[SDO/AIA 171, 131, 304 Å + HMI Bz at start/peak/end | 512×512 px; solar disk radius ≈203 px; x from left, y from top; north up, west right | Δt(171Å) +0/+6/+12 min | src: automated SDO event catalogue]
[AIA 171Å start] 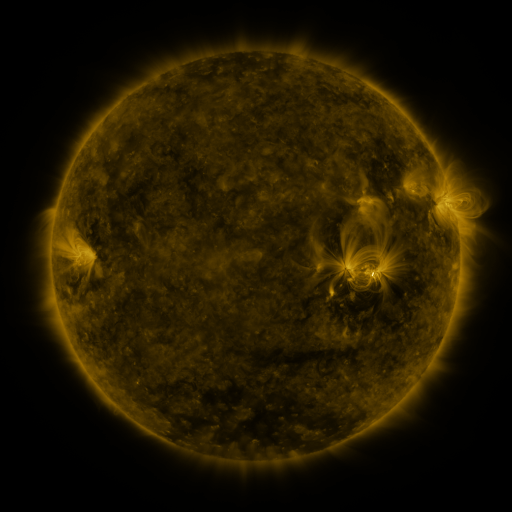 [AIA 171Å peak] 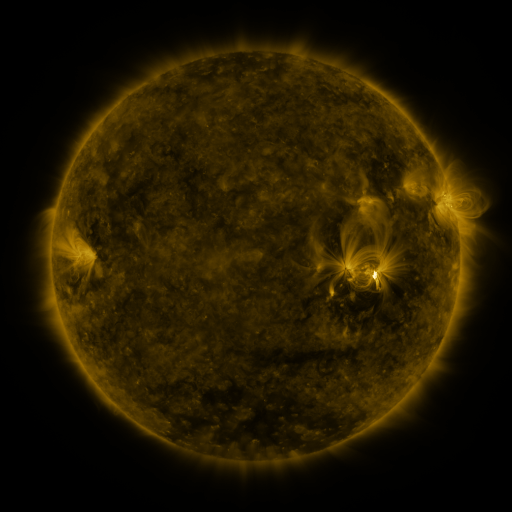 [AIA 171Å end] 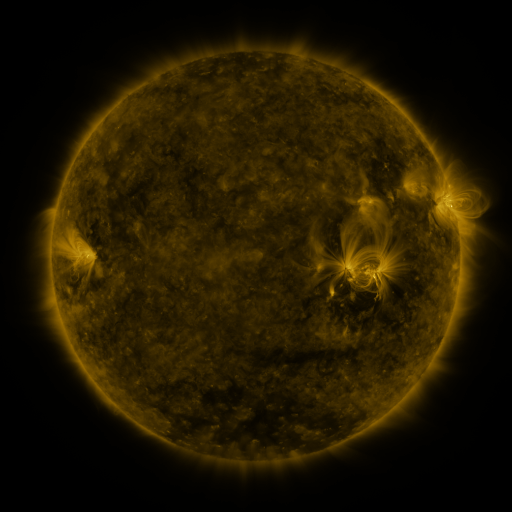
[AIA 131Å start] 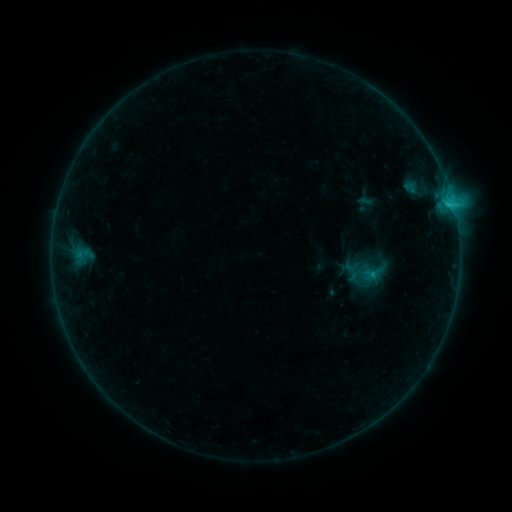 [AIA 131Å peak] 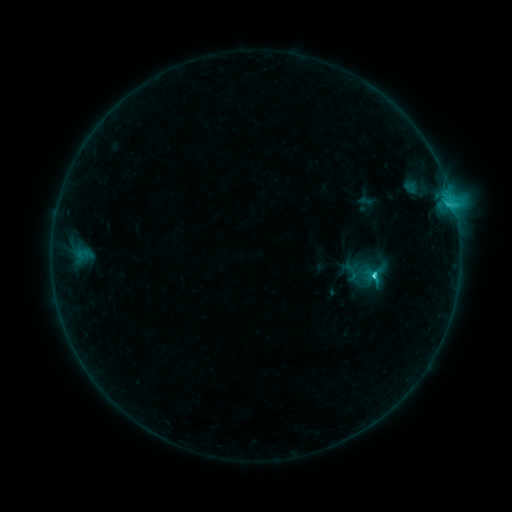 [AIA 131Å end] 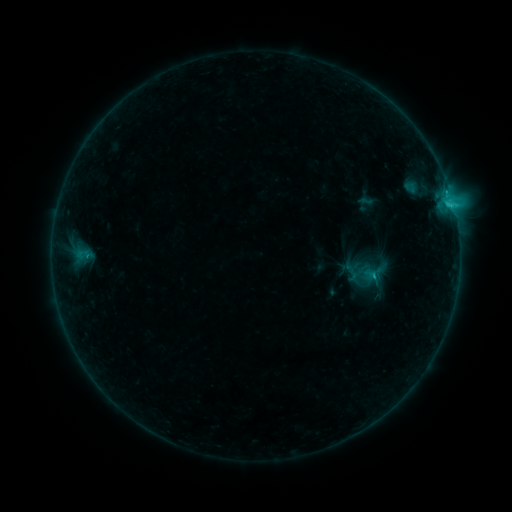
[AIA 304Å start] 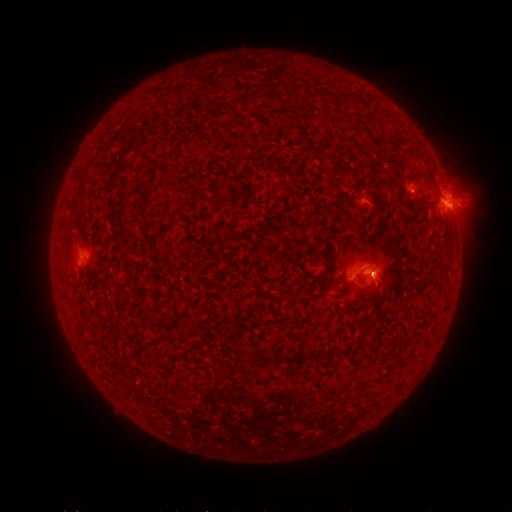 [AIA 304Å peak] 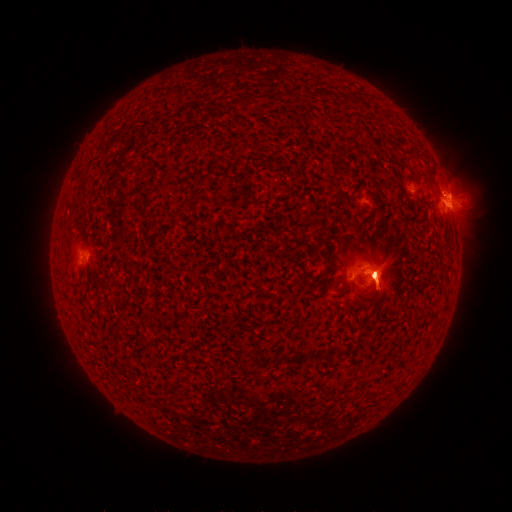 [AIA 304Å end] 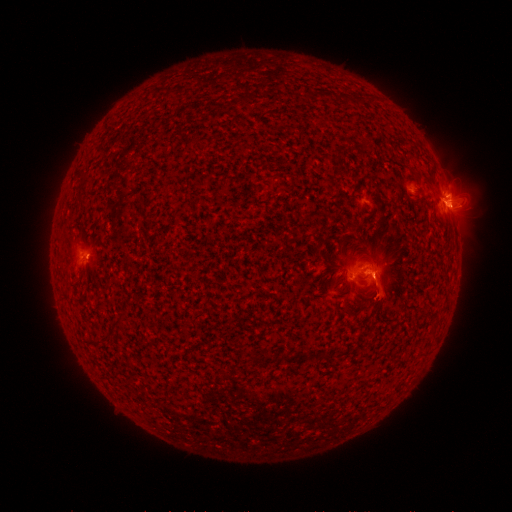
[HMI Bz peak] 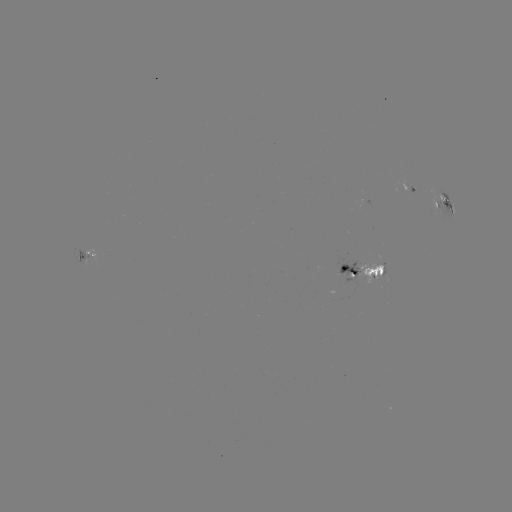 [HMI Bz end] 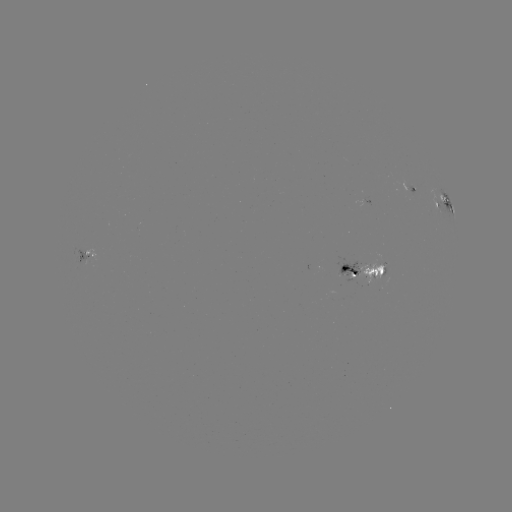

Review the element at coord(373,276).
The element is C3.4 flare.